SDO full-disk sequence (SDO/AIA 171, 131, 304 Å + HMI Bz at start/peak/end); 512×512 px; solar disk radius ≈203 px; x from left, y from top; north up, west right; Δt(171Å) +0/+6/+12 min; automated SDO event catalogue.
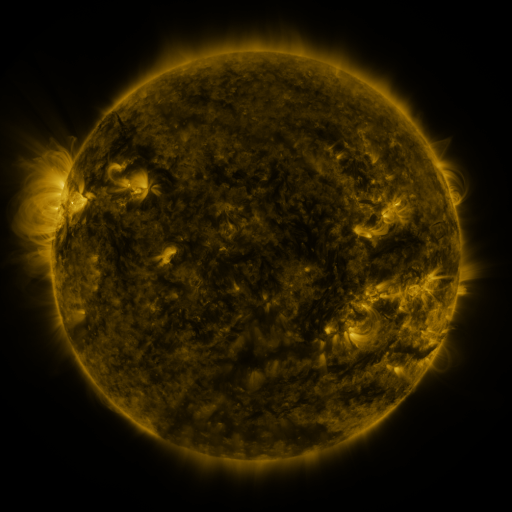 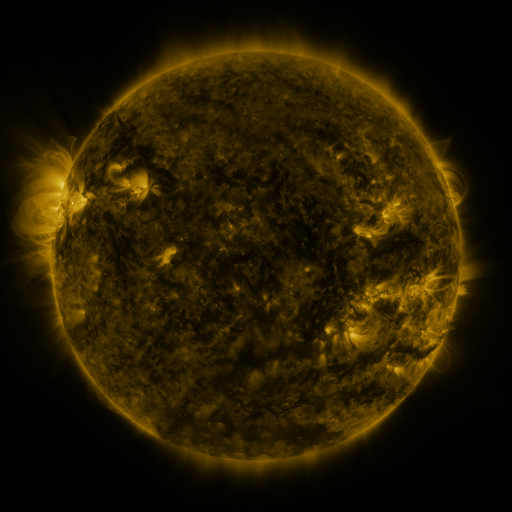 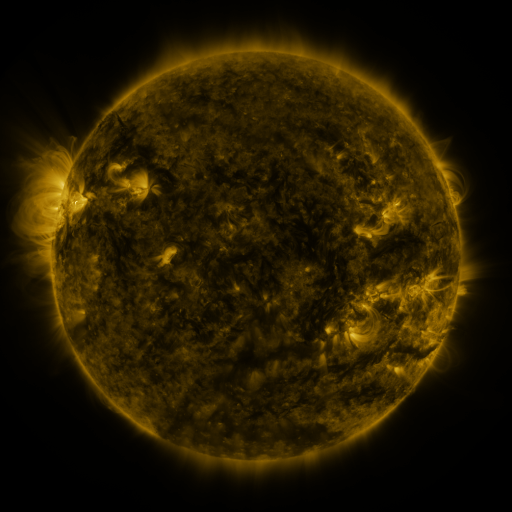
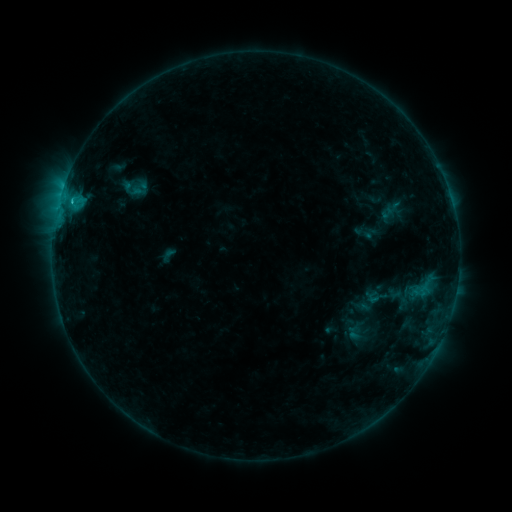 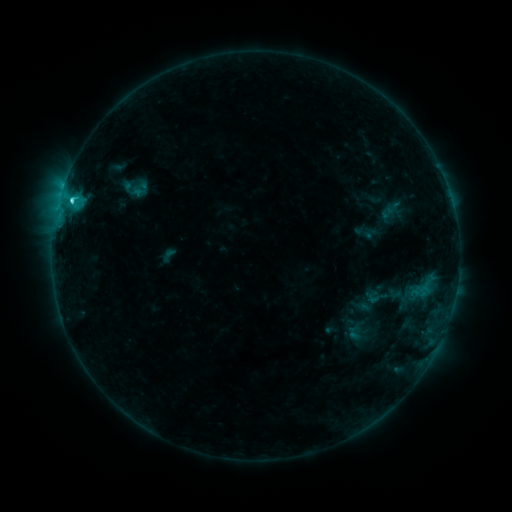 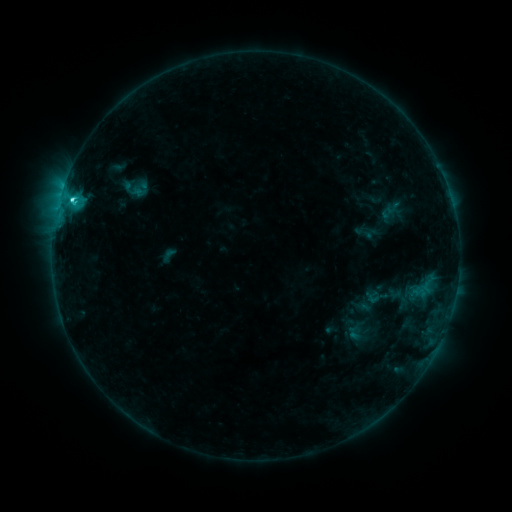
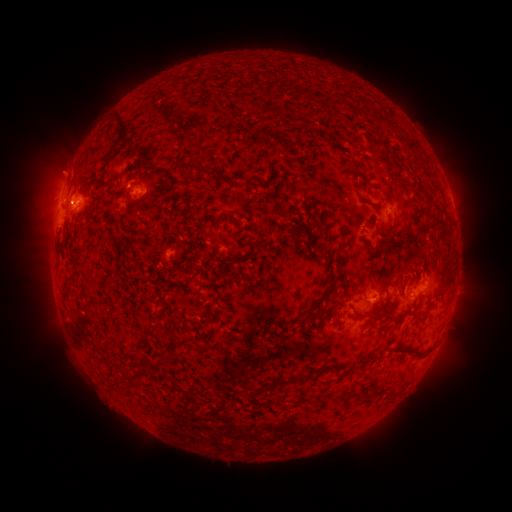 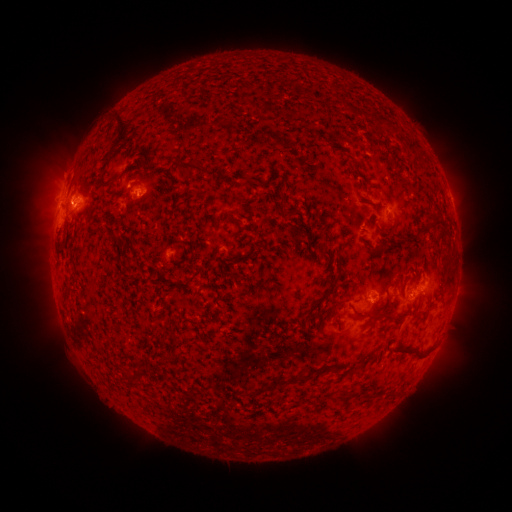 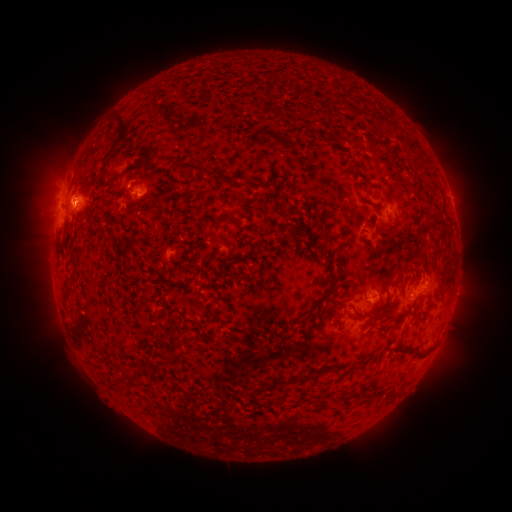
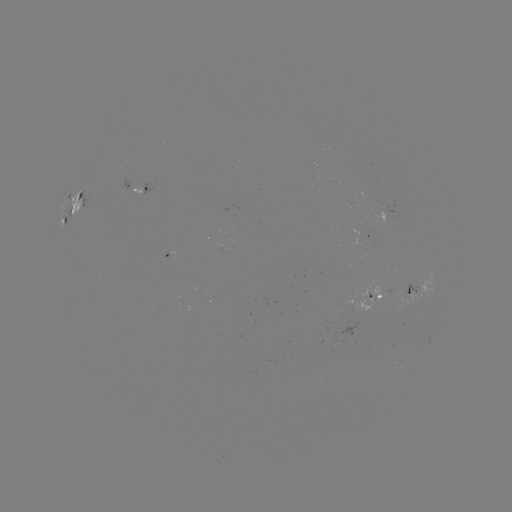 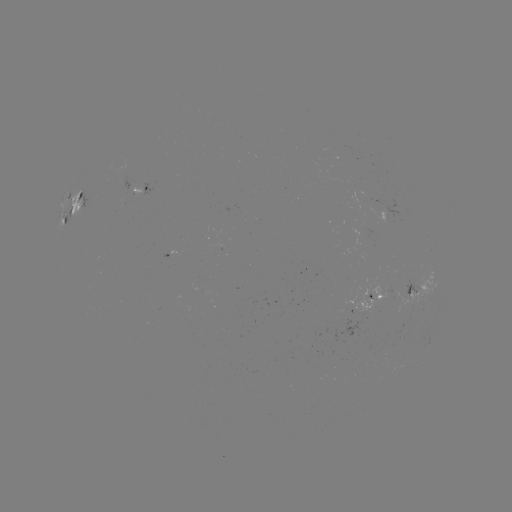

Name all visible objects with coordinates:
C2.9 flare: (72, 202)
